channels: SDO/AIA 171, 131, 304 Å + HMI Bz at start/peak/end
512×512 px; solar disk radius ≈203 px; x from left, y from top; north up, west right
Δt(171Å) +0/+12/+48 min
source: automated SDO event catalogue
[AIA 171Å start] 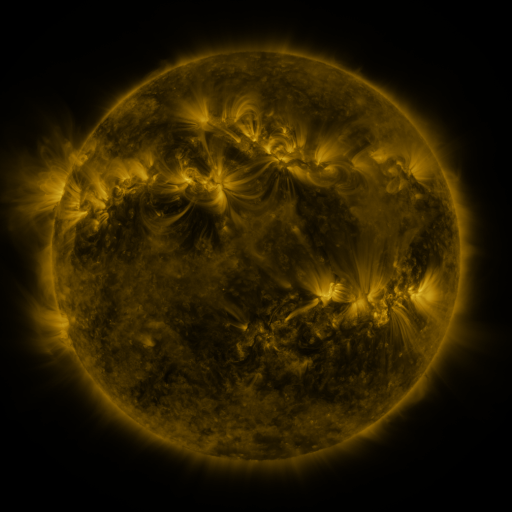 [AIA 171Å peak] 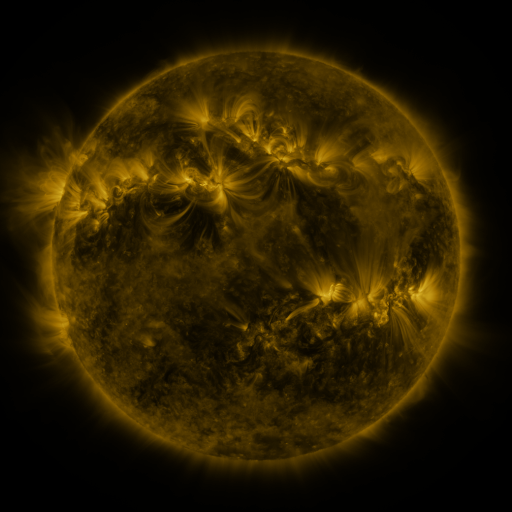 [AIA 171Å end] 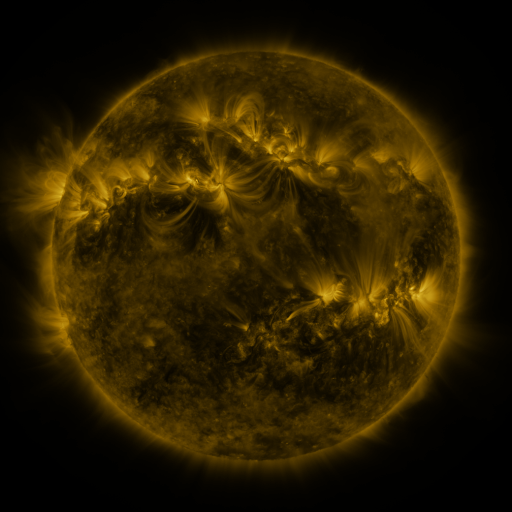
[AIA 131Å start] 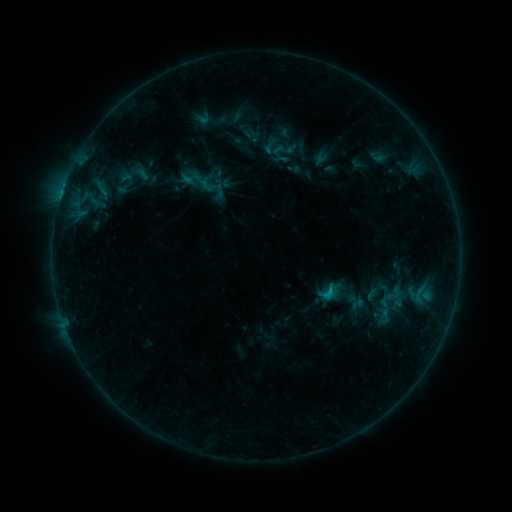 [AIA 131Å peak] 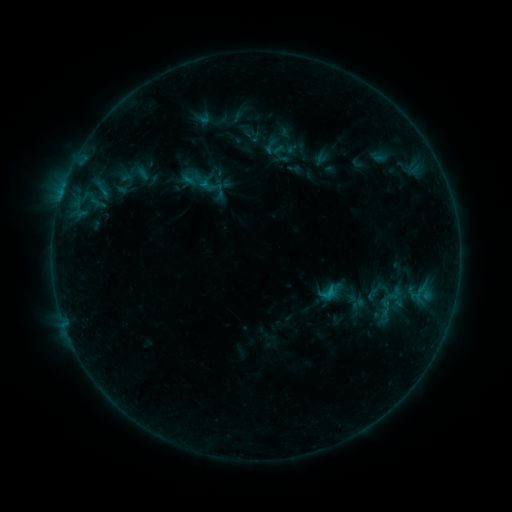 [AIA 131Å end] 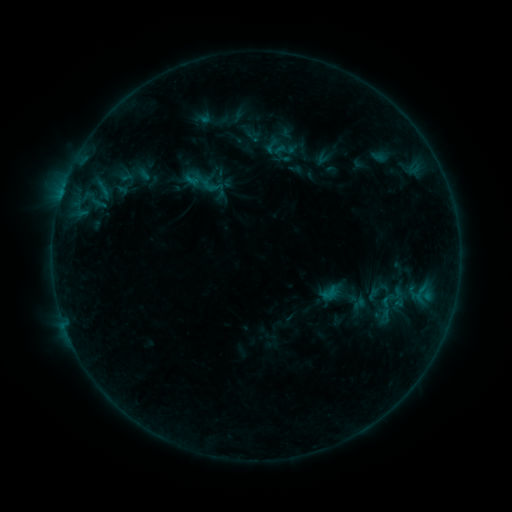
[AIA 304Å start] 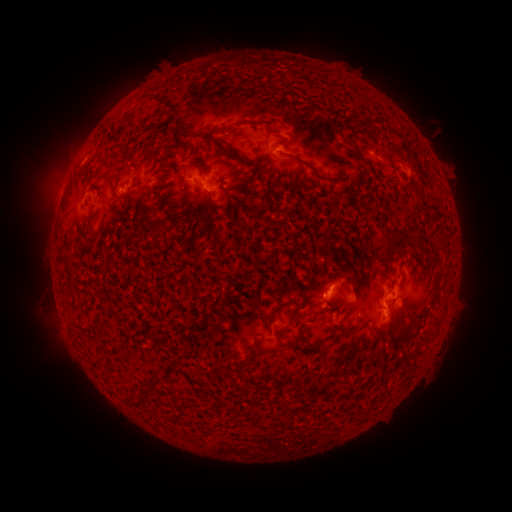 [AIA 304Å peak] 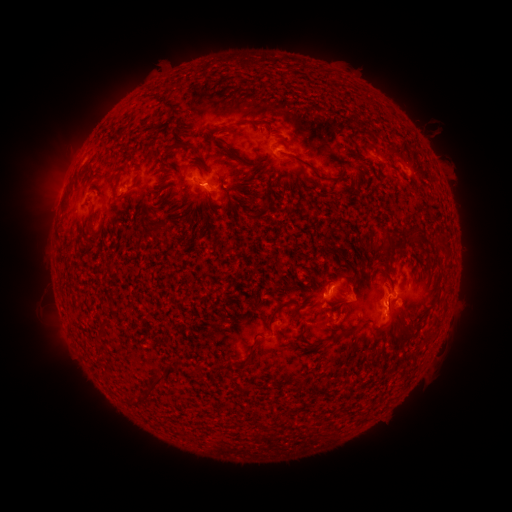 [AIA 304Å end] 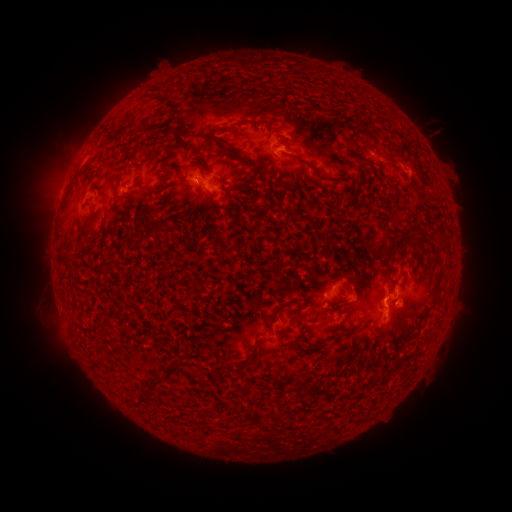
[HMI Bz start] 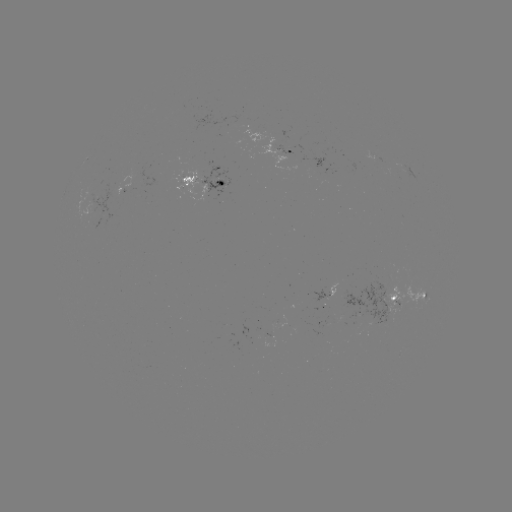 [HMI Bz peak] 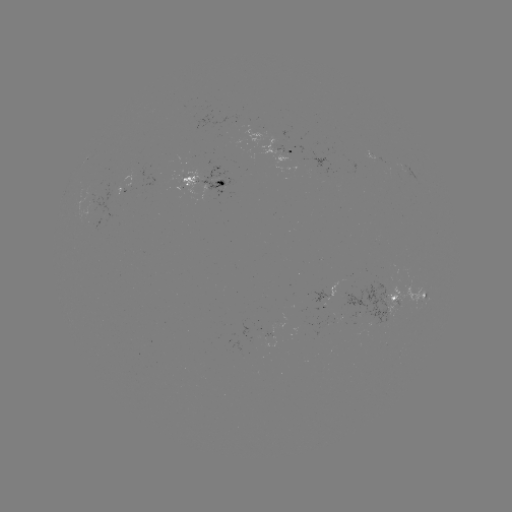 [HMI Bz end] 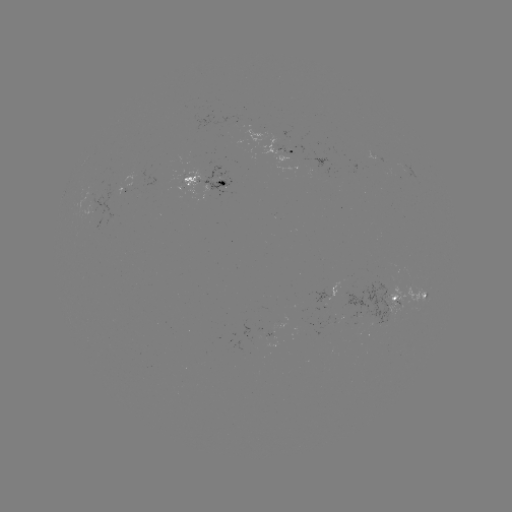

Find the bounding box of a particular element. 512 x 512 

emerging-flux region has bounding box [328, 282, 338, 297].